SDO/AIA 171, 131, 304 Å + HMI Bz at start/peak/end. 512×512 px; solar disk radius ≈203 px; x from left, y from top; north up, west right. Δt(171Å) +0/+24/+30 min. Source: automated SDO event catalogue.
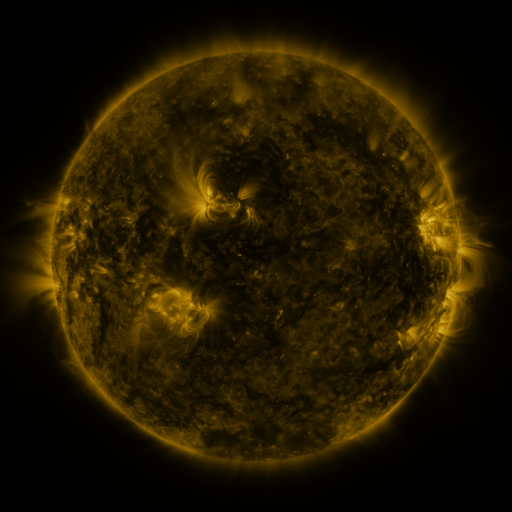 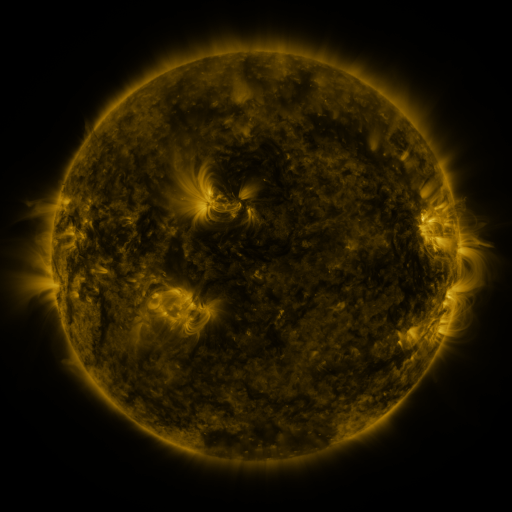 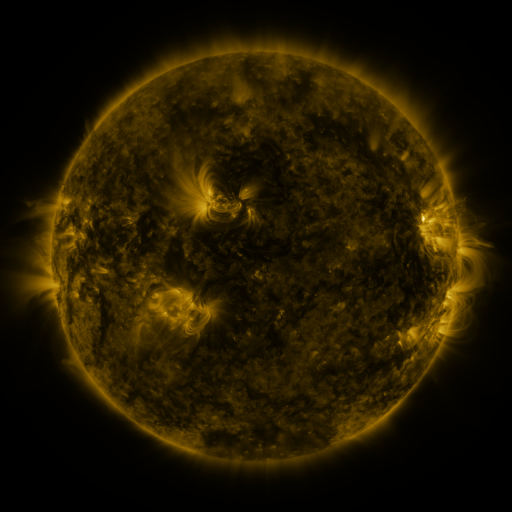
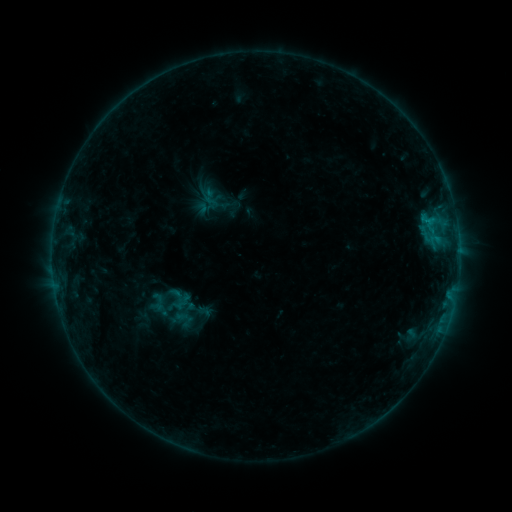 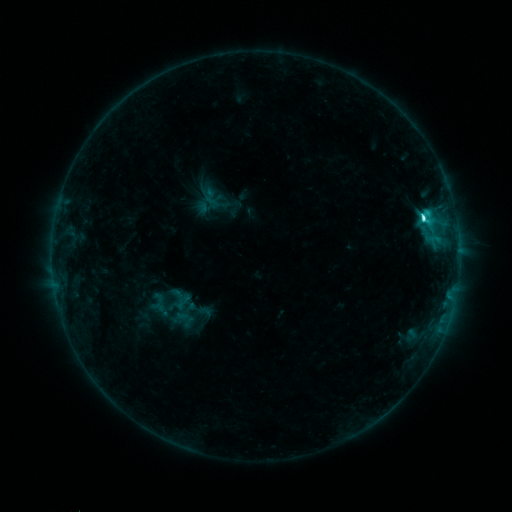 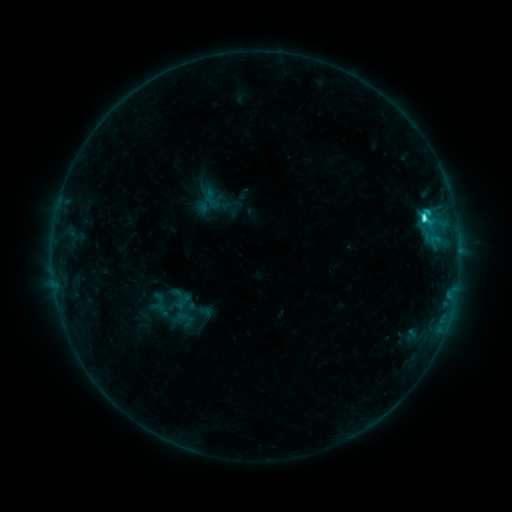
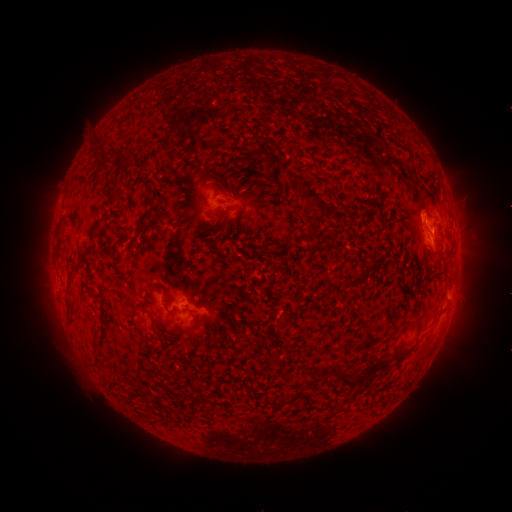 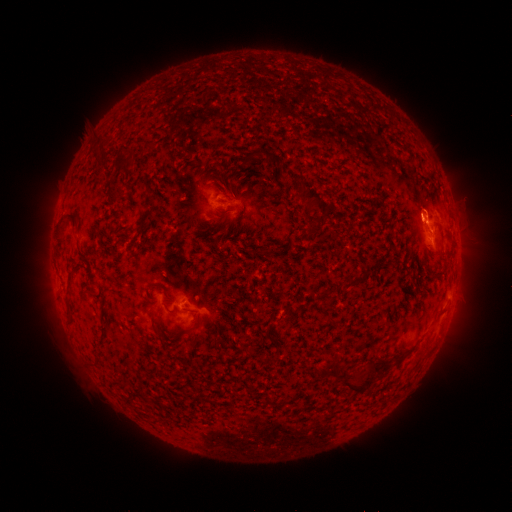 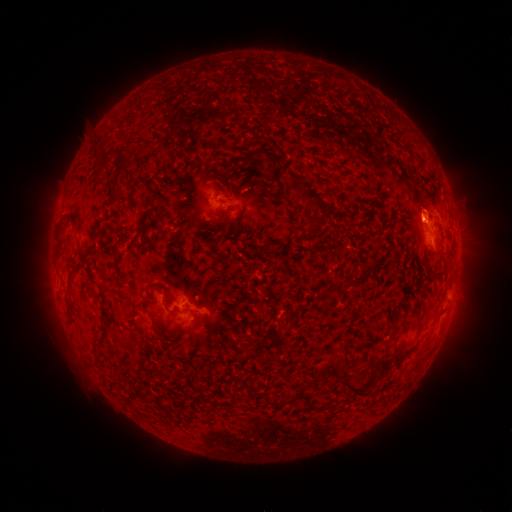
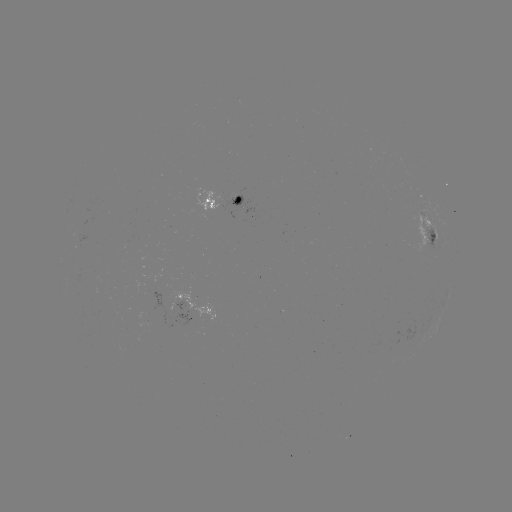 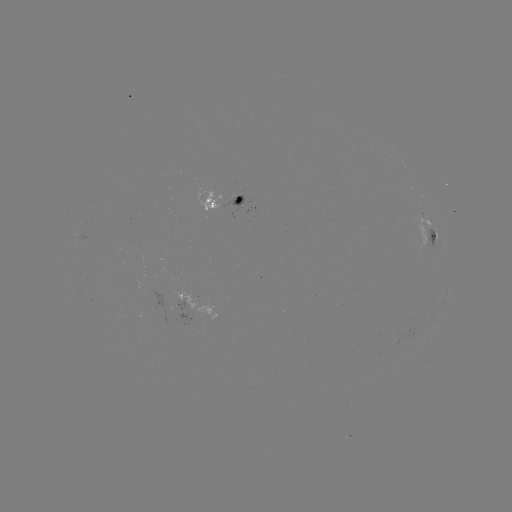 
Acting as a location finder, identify C3.5 flare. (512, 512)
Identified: [421, 219].